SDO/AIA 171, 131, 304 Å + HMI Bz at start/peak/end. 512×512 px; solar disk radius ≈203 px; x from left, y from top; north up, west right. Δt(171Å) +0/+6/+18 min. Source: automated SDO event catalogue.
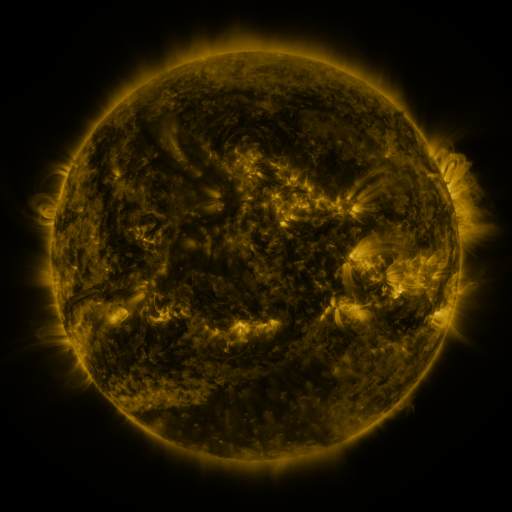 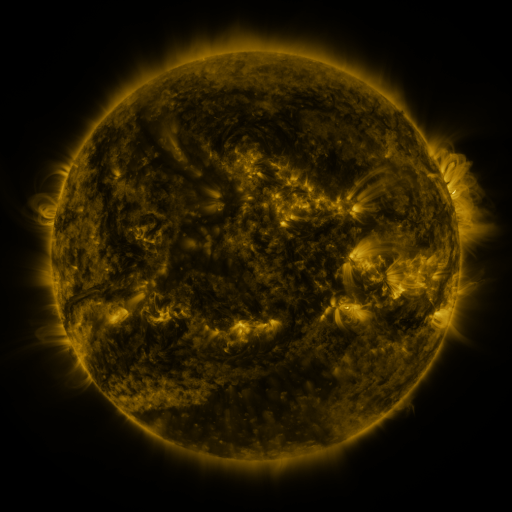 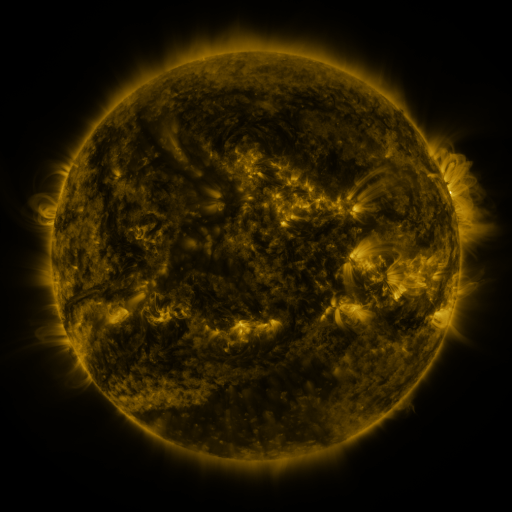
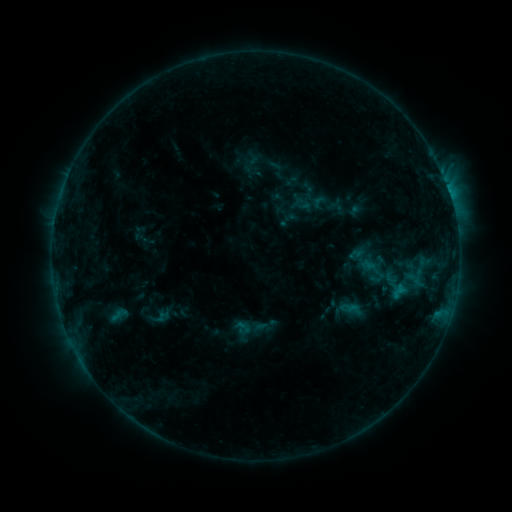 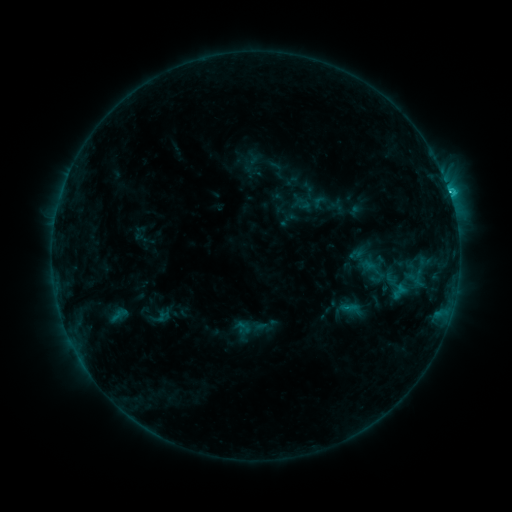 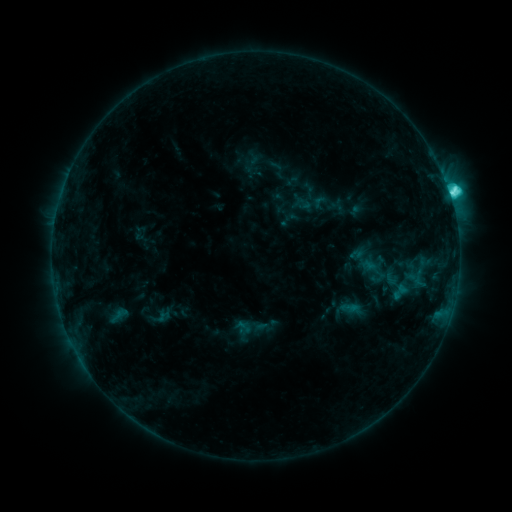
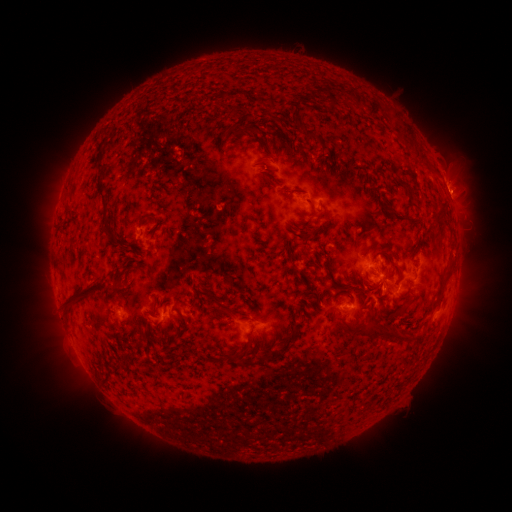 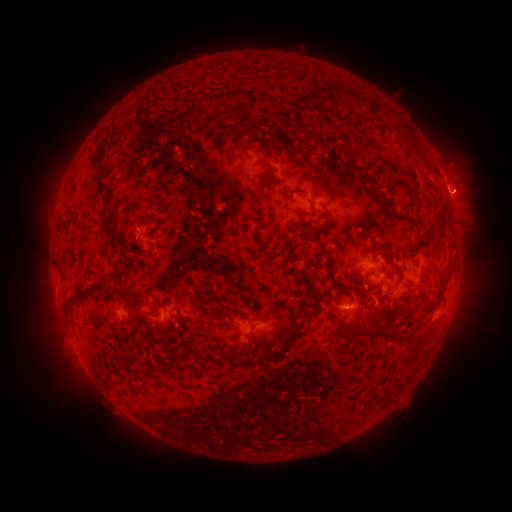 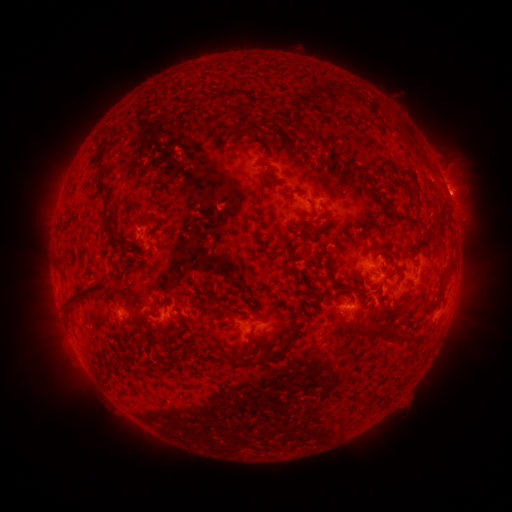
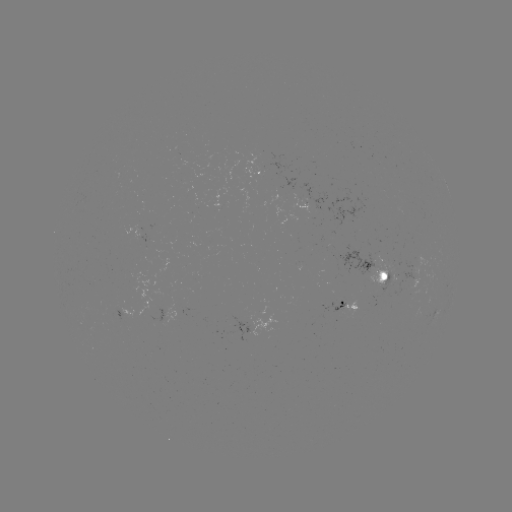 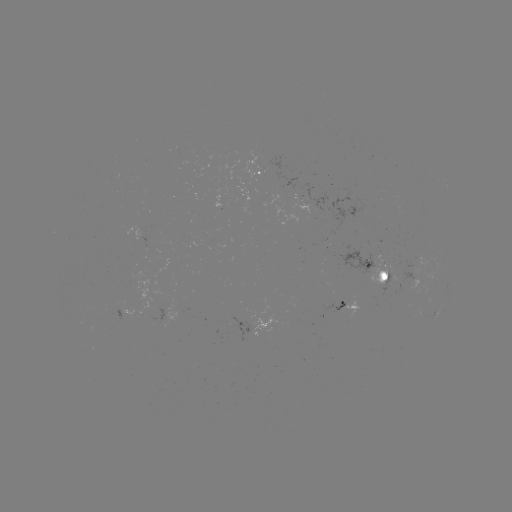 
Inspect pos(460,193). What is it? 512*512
eruption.